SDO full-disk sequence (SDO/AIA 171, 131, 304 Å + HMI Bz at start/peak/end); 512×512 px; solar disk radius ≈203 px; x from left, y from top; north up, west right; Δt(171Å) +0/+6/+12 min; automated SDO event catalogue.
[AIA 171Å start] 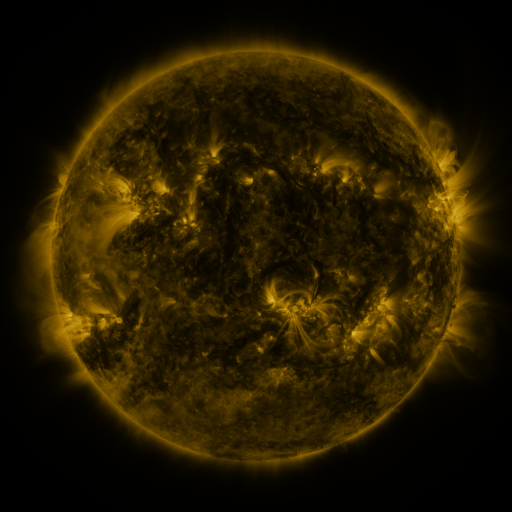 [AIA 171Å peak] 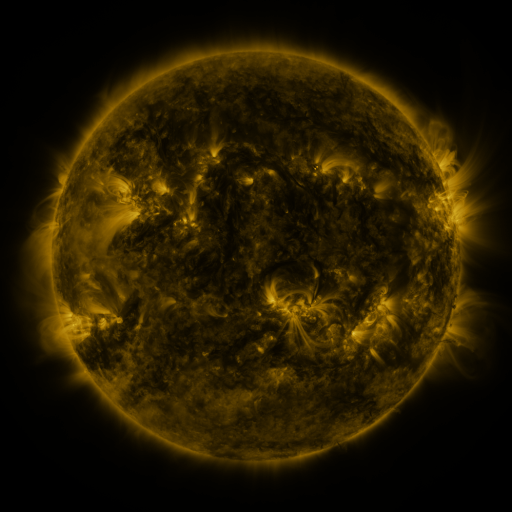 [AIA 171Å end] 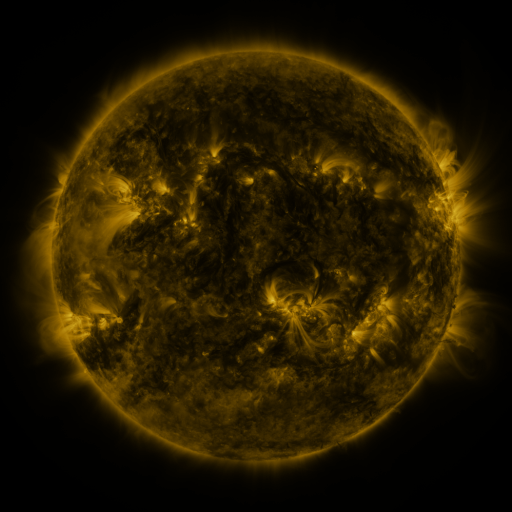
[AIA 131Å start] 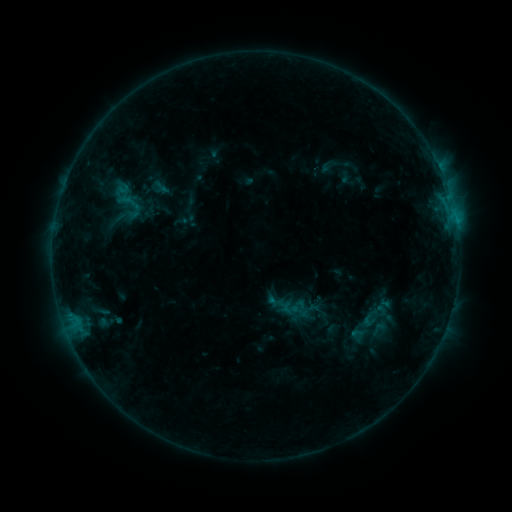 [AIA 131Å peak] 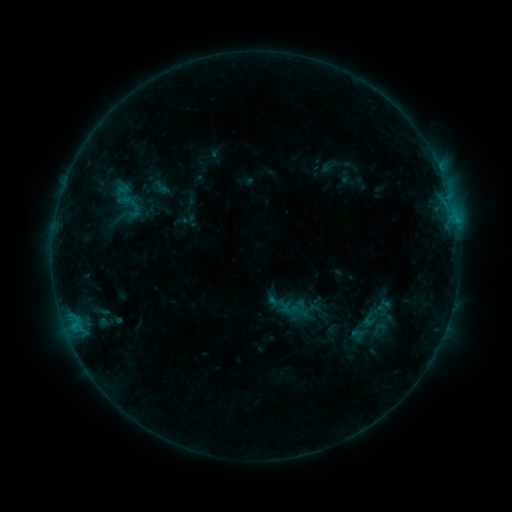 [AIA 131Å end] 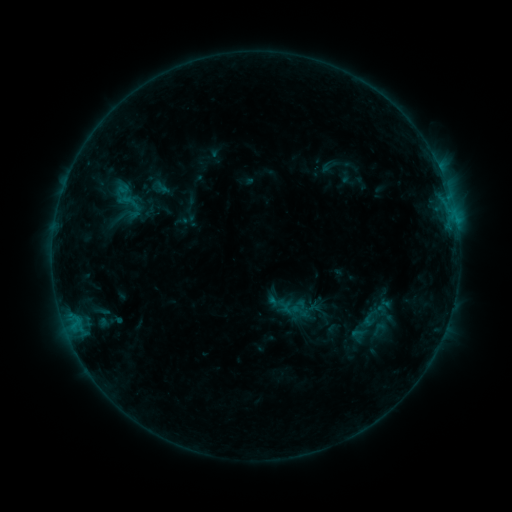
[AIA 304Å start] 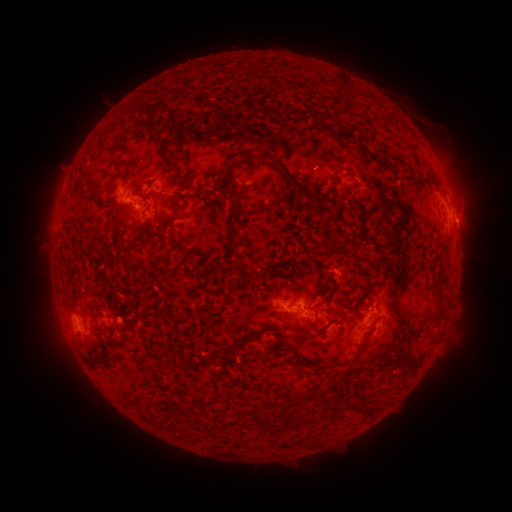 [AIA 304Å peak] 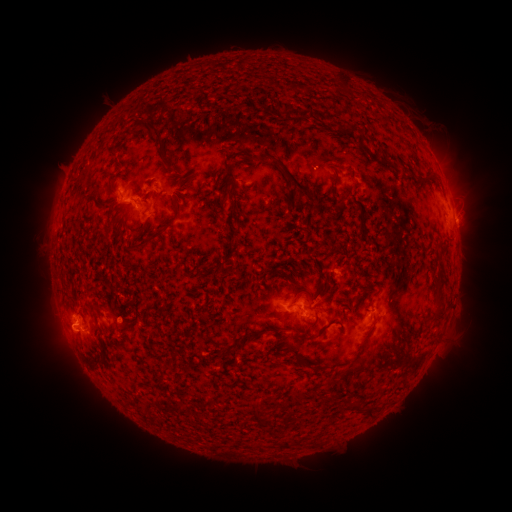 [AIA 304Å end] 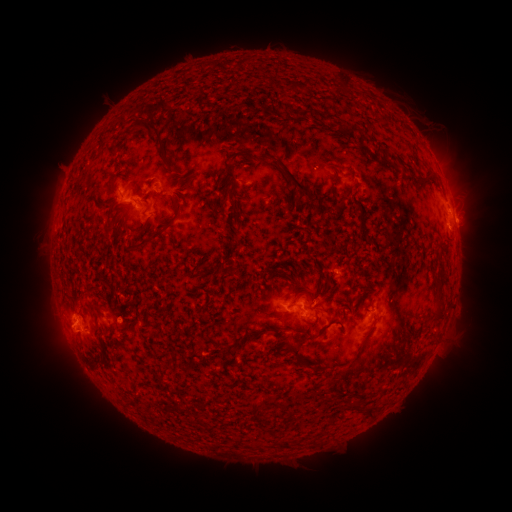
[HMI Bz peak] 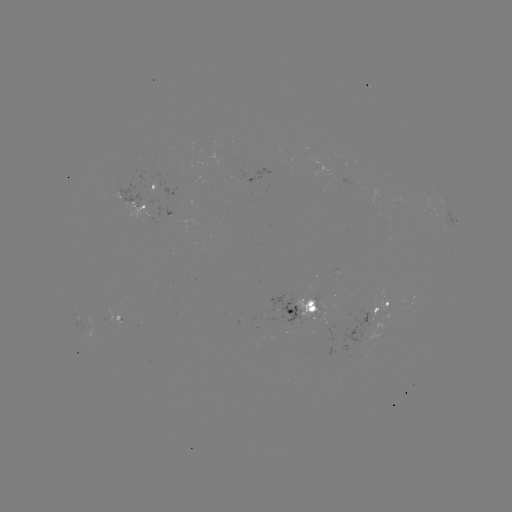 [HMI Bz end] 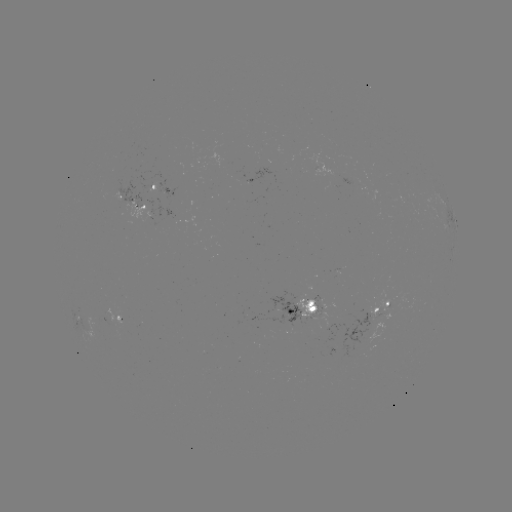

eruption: [38, 309, 87, 358]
